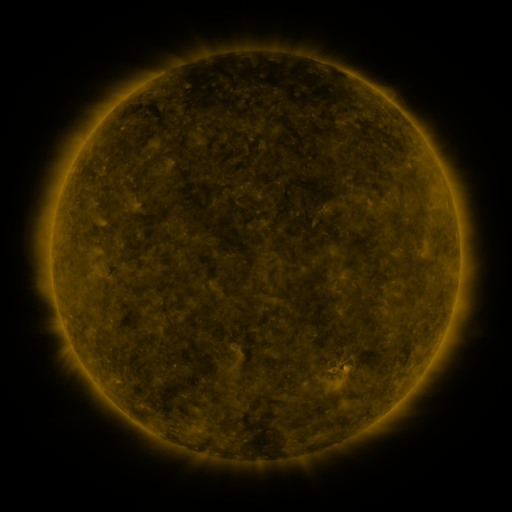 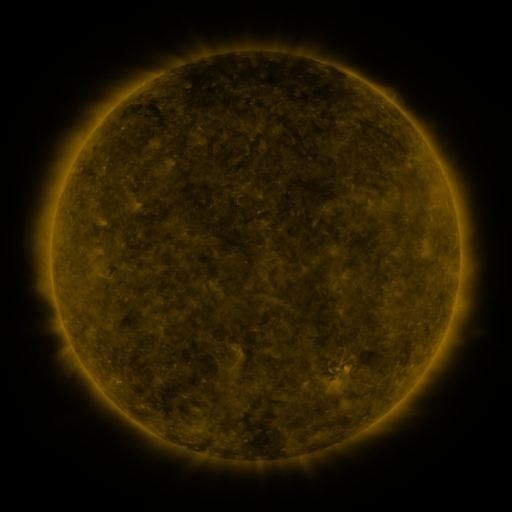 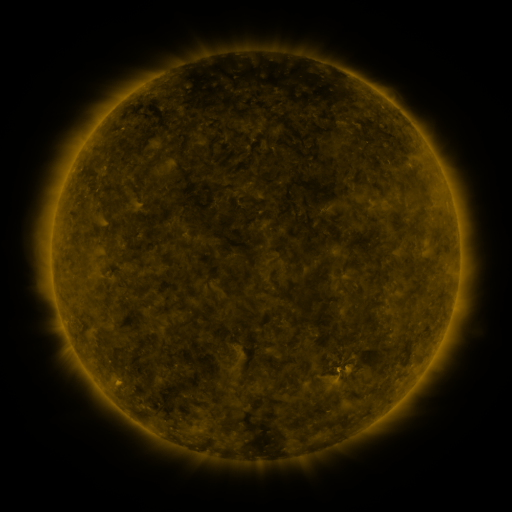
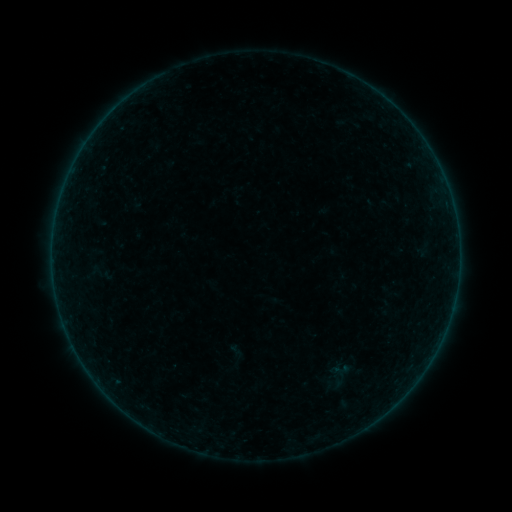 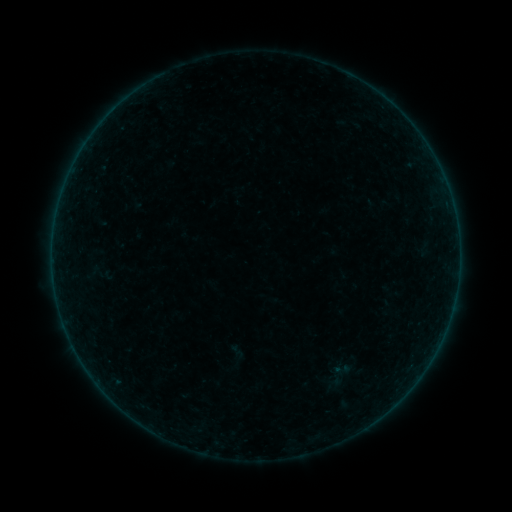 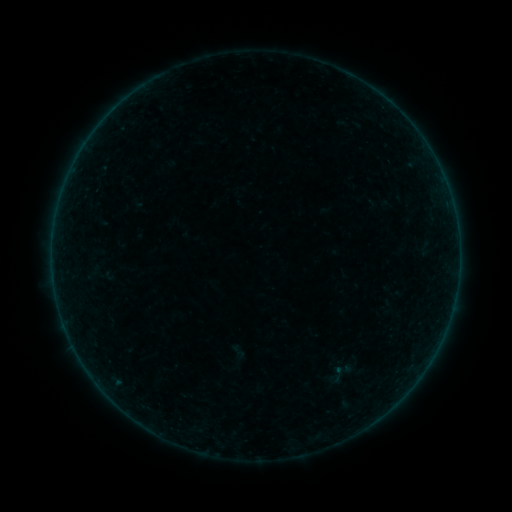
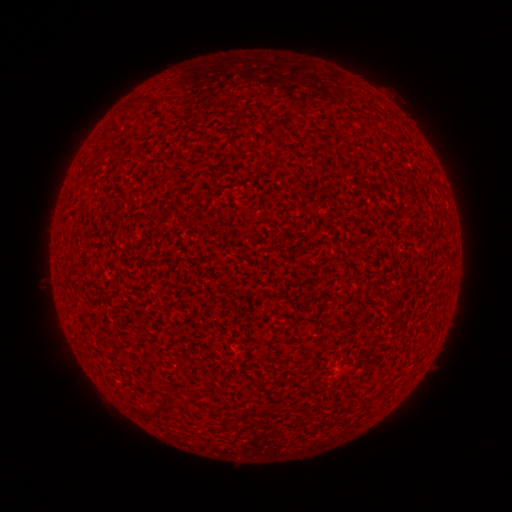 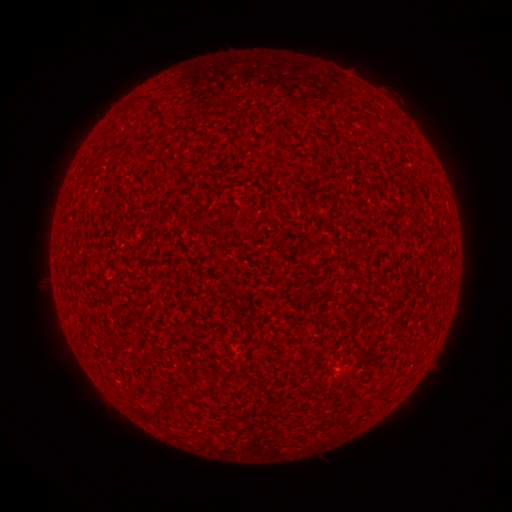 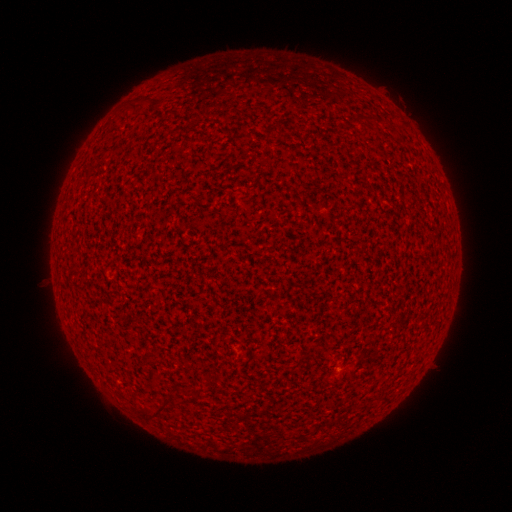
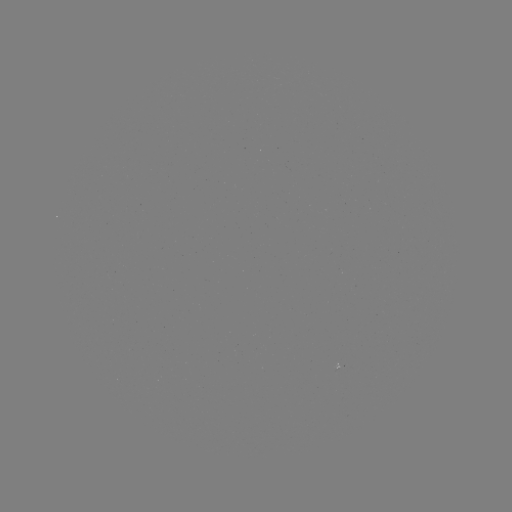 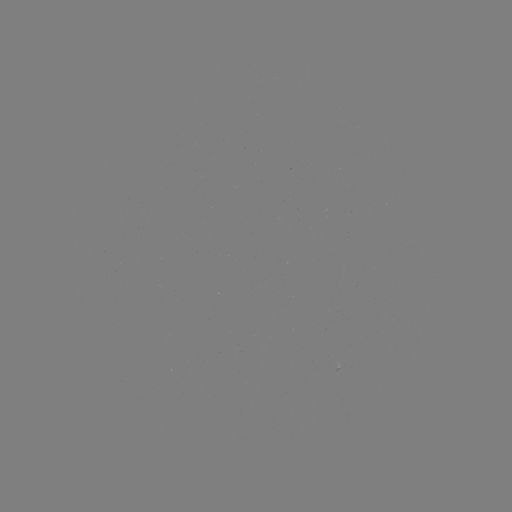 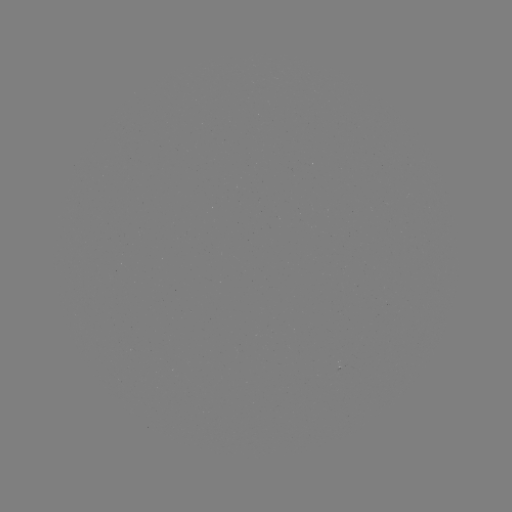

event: flare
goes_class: A1.5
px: (335, 368)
